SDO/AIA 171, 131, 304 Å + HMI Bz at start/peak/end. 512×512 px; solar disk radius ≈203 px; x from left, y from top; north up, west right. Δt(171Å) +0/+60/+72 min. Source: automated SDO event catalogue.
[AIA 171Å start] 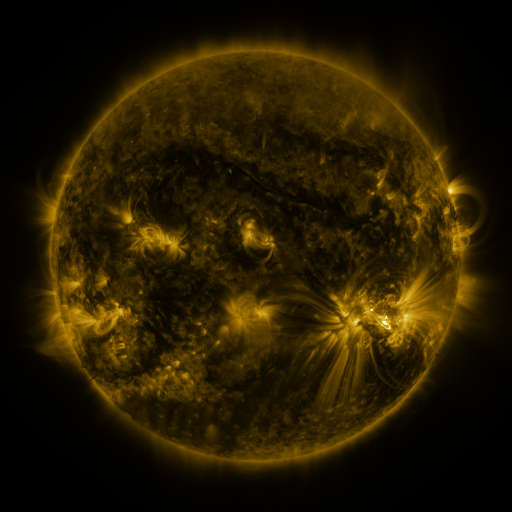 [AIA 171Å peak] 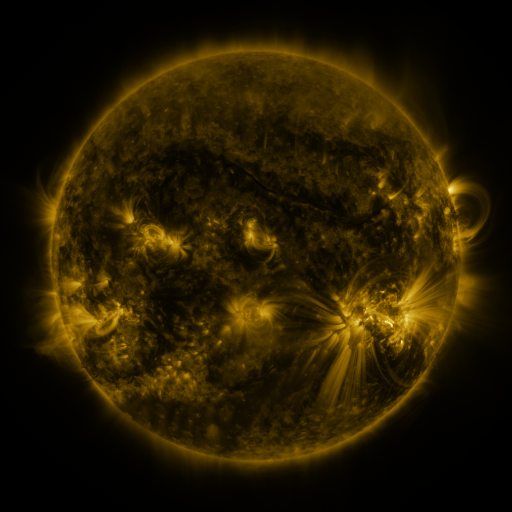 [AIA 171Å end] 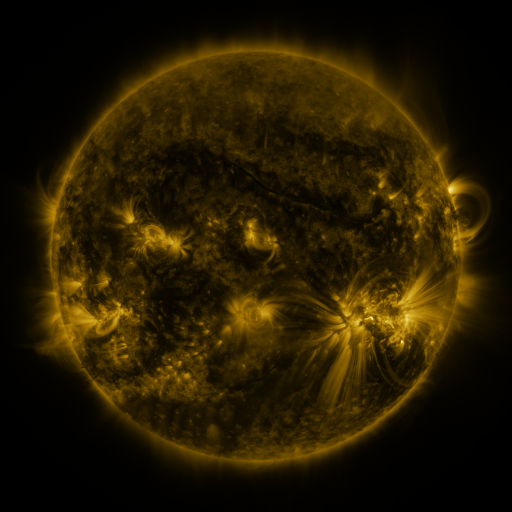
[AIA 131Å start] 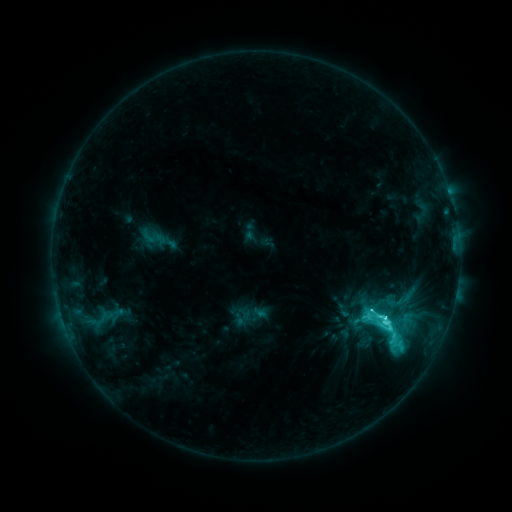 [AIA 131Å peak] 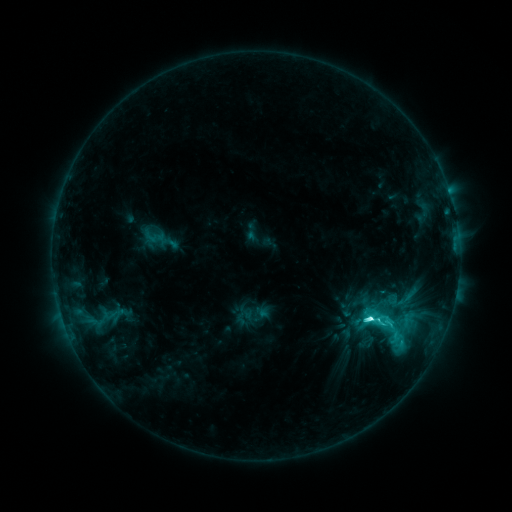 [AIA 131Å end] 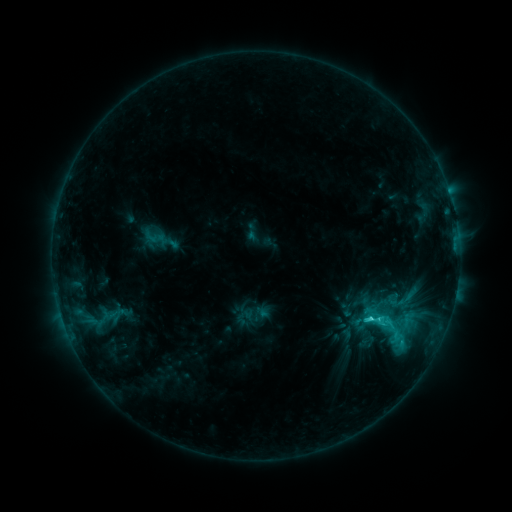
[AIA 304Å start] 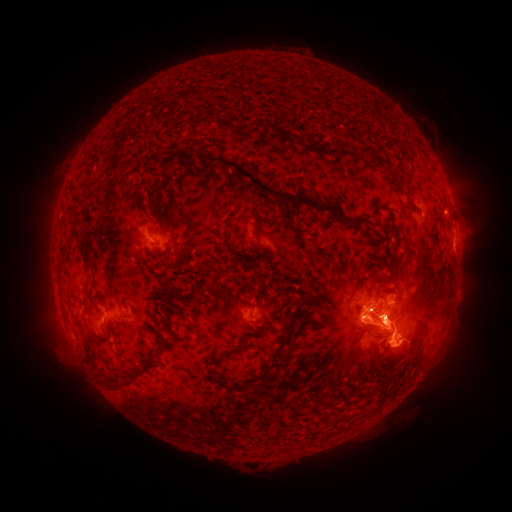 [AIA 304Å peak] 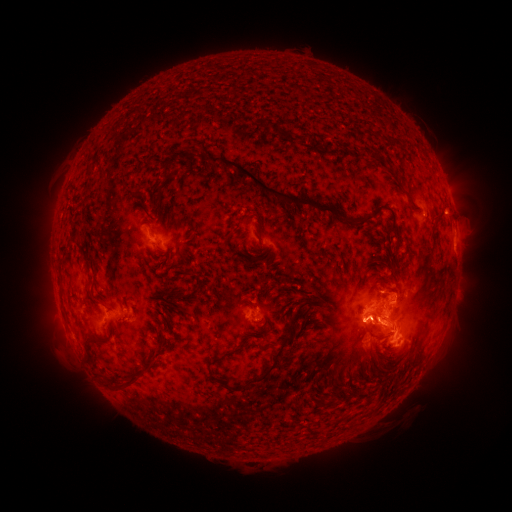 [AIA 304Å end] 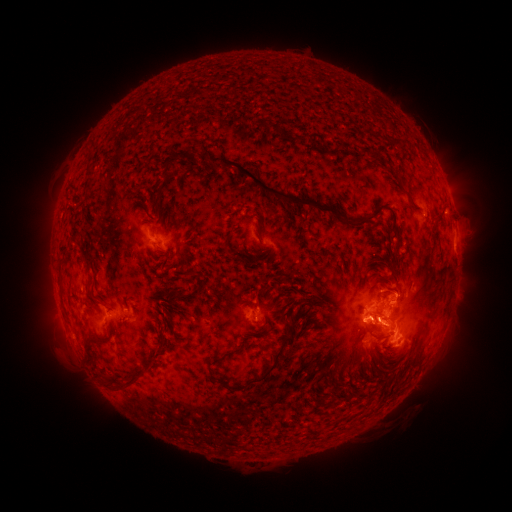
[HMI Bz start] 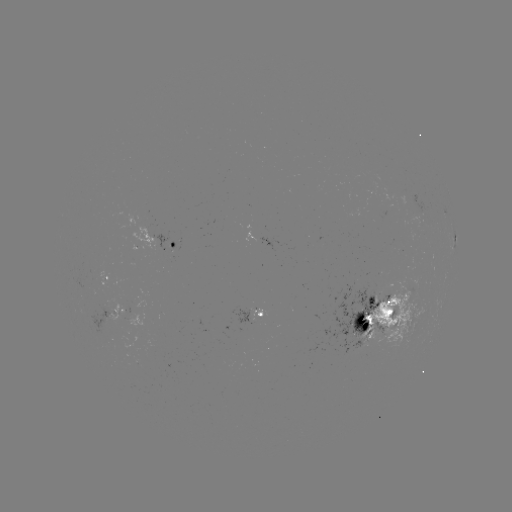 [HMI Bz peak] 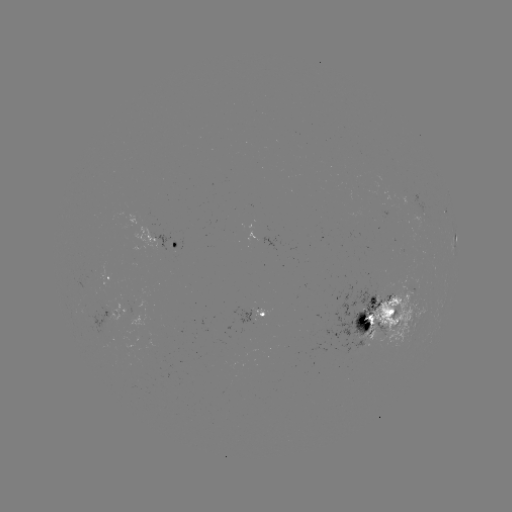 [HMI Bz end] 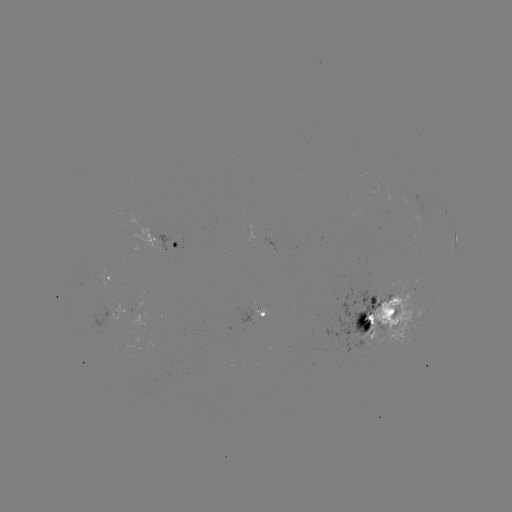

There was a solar emerging-flux region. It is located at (248, 313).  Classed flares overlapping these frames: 1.